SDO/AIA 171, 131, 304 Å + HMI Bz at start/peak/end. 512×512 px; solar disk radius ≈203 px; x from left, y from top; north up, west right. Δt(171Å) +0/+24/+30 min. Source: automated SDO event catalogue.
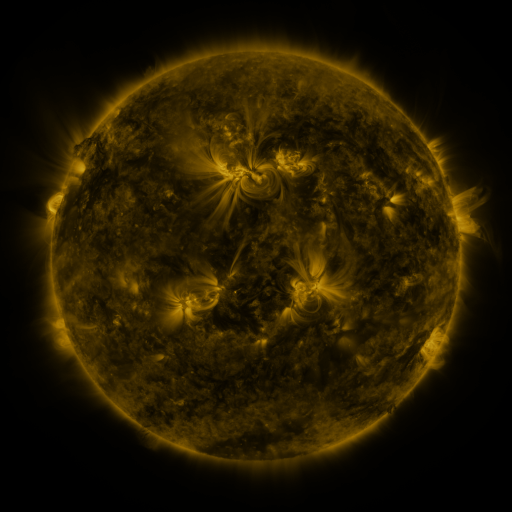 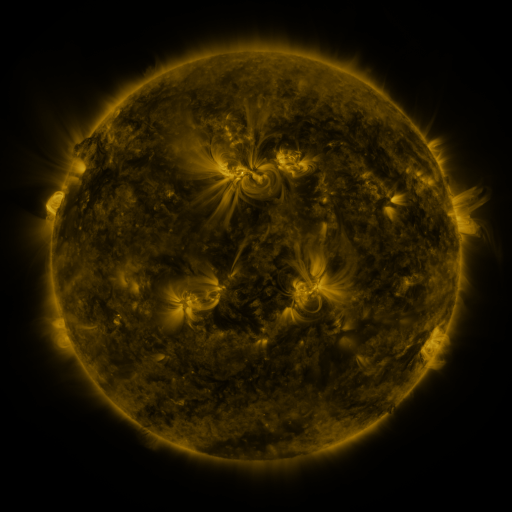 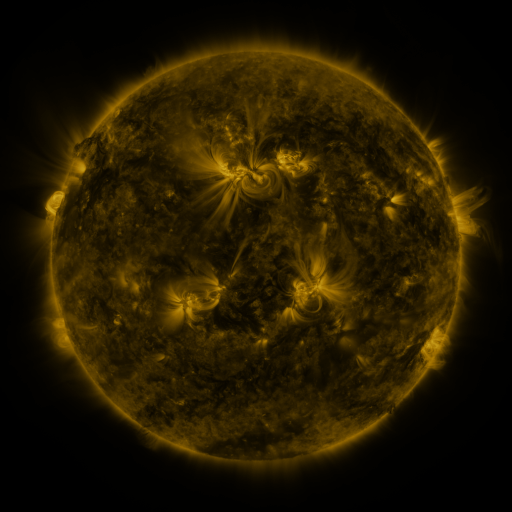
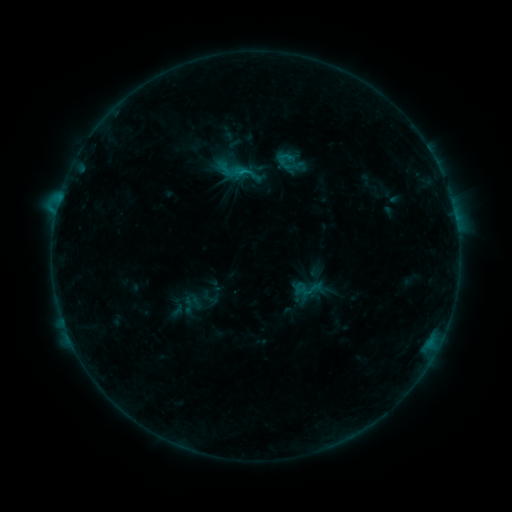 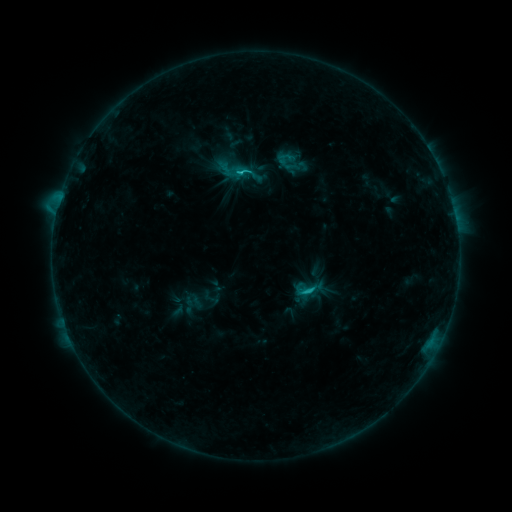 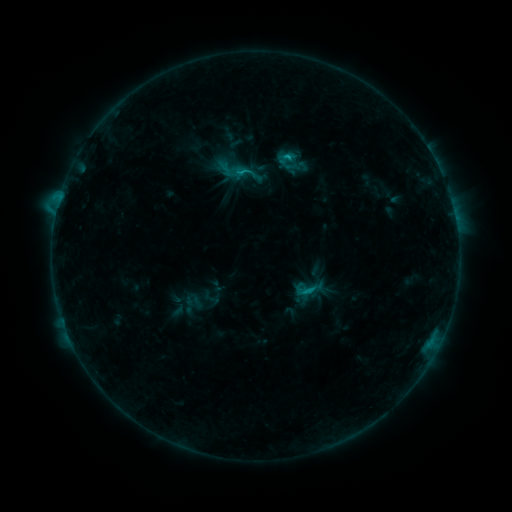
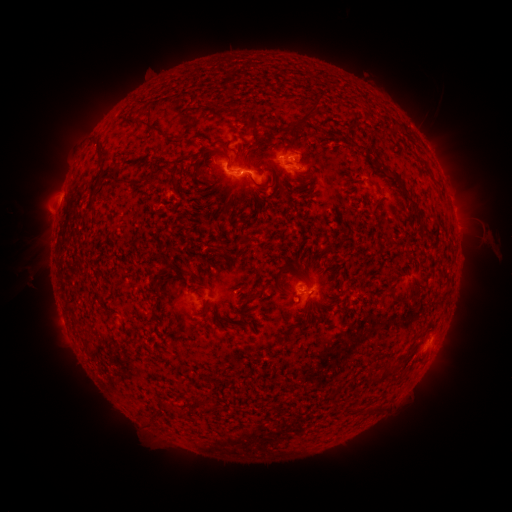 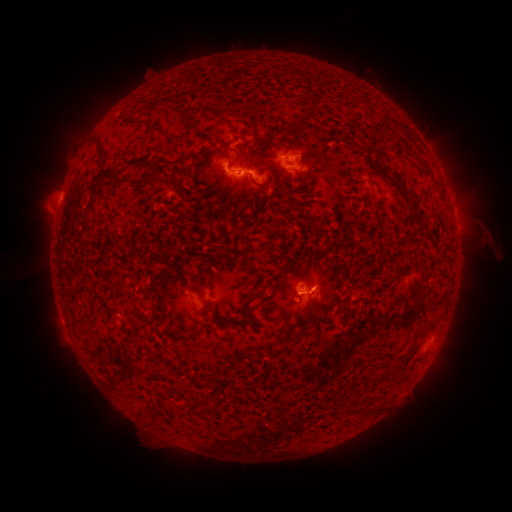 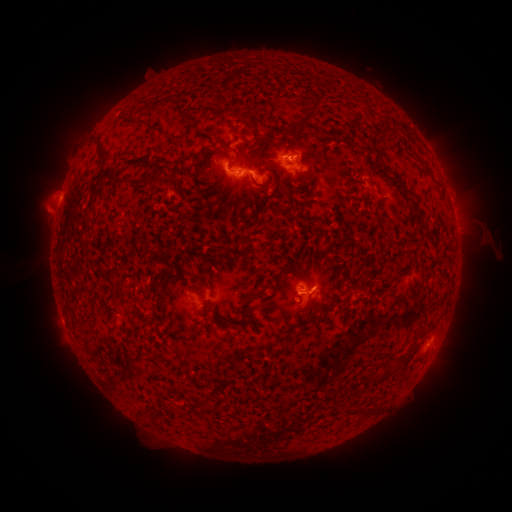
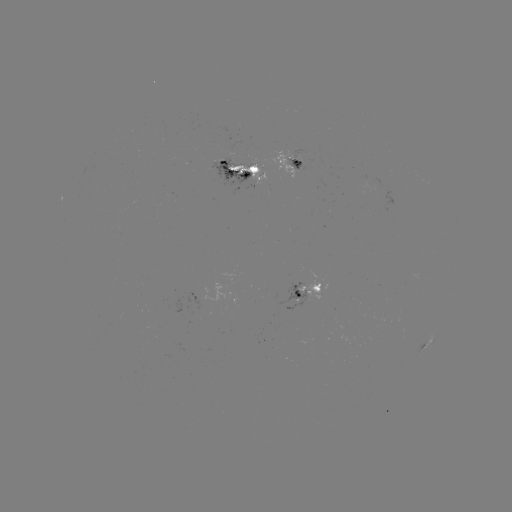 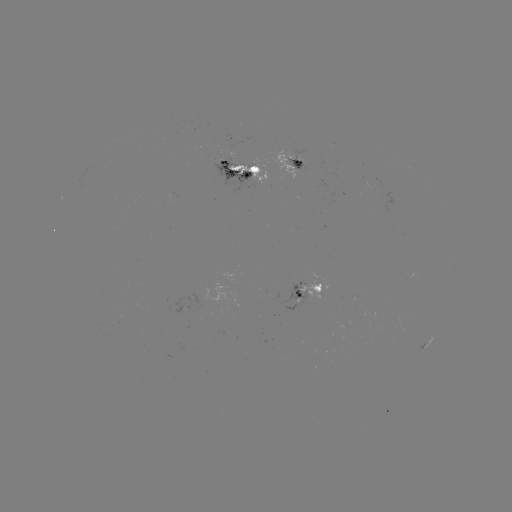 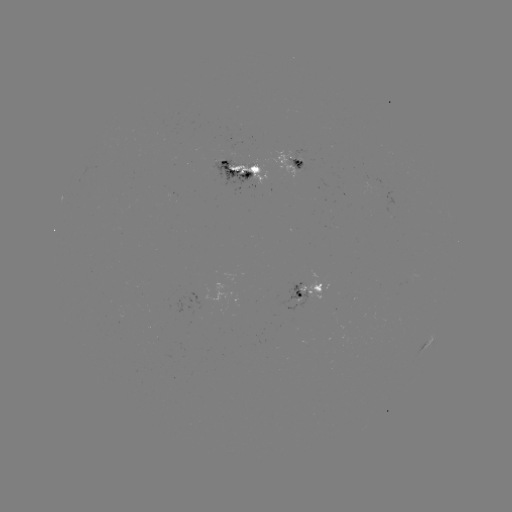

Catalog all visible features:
C1.7 flare: (306, 287)
